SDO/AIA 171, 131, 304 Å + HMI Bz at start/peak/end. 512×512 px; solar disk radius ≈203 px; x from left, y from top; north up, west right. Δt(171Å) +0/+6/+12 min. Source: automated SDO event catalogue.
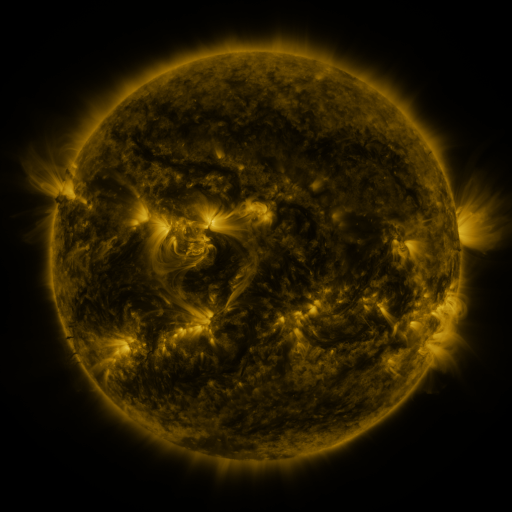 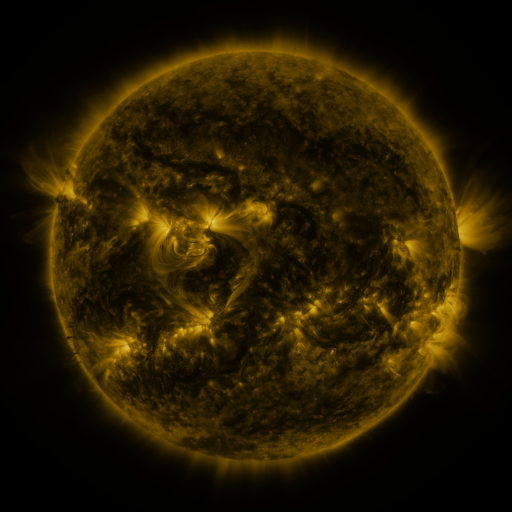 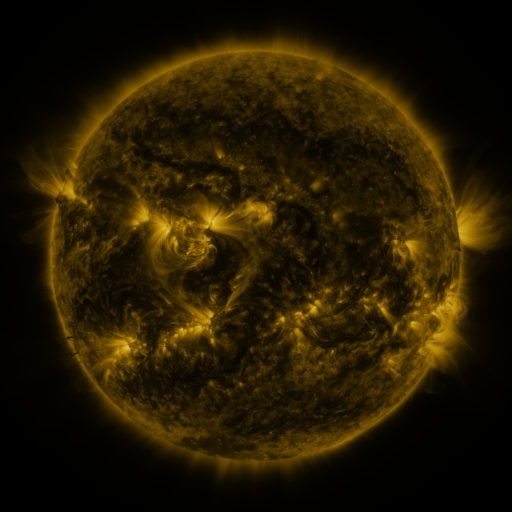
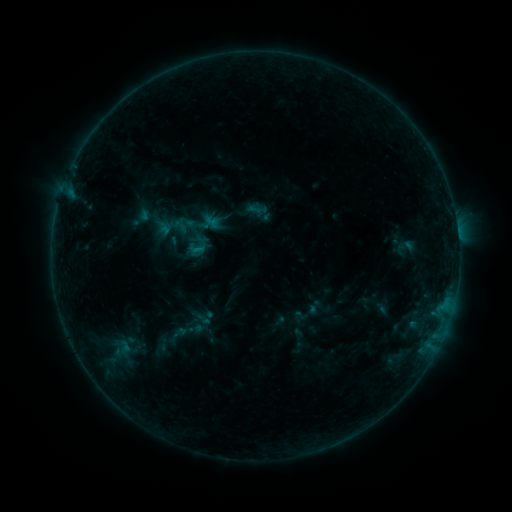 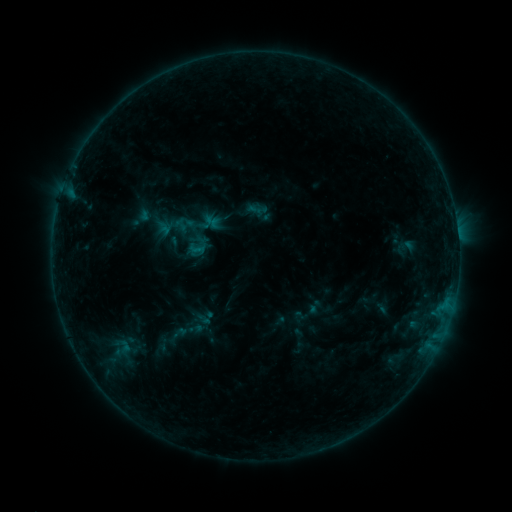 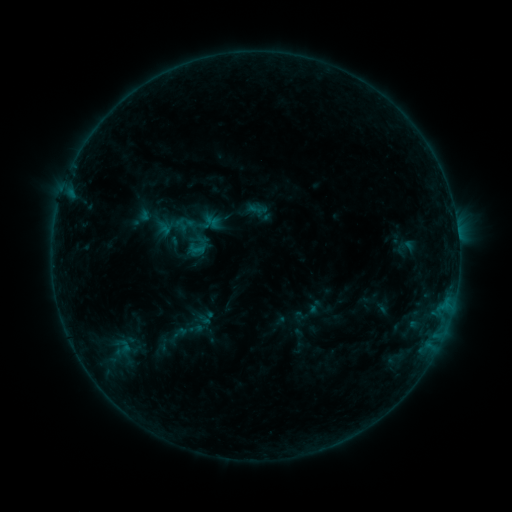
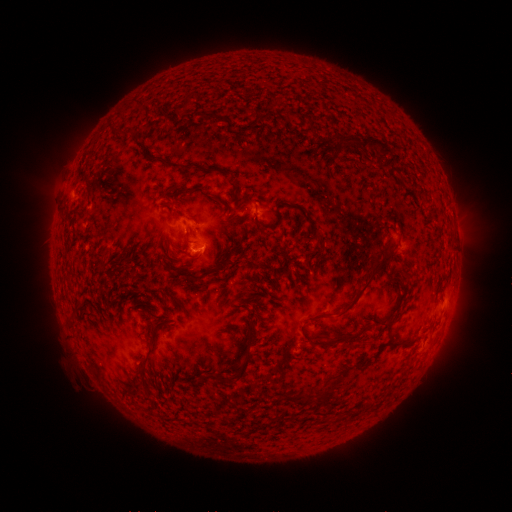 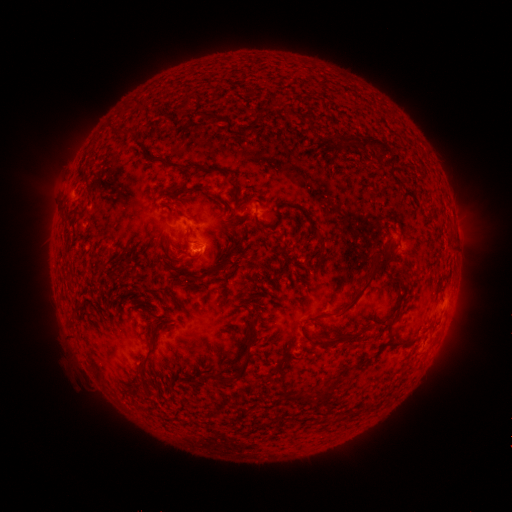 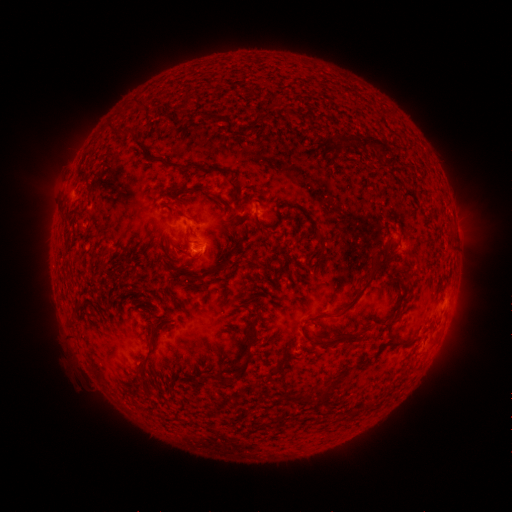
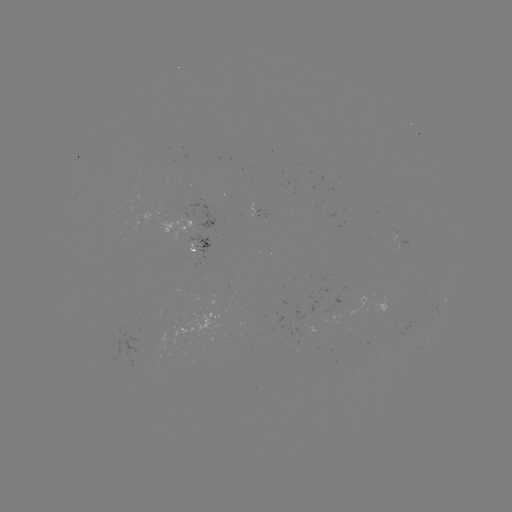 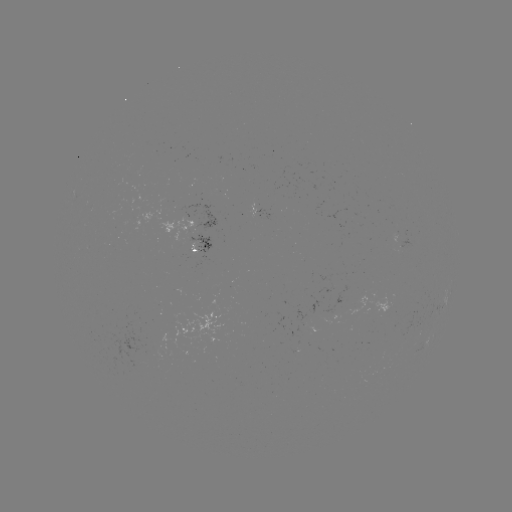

no flare in any classed list; no EUV-trigger detection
